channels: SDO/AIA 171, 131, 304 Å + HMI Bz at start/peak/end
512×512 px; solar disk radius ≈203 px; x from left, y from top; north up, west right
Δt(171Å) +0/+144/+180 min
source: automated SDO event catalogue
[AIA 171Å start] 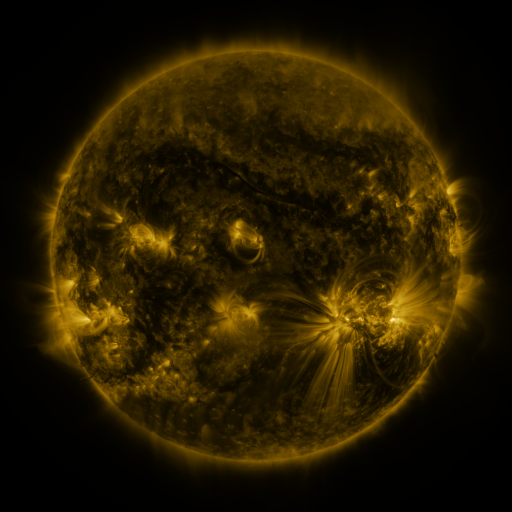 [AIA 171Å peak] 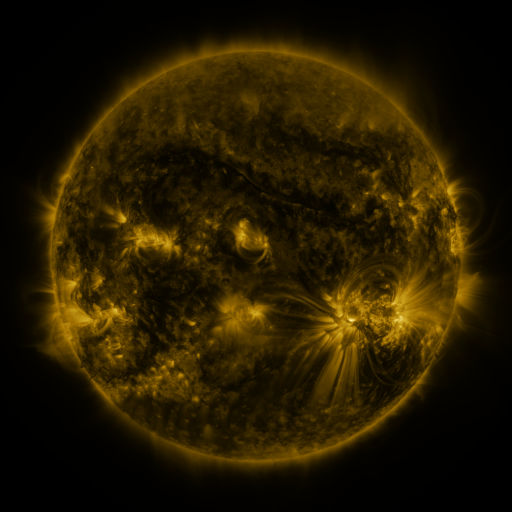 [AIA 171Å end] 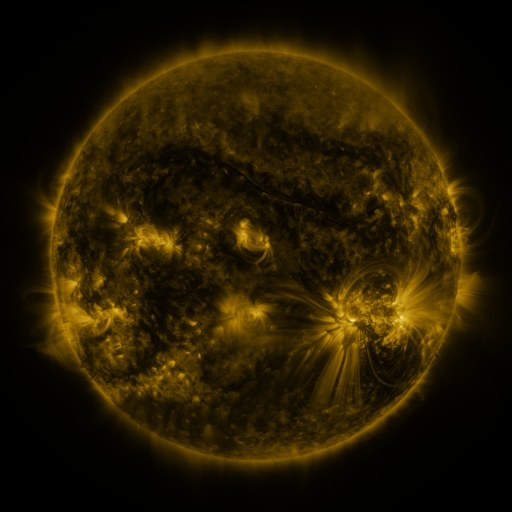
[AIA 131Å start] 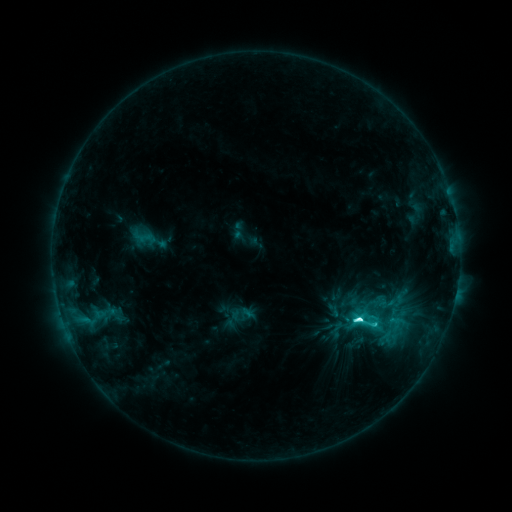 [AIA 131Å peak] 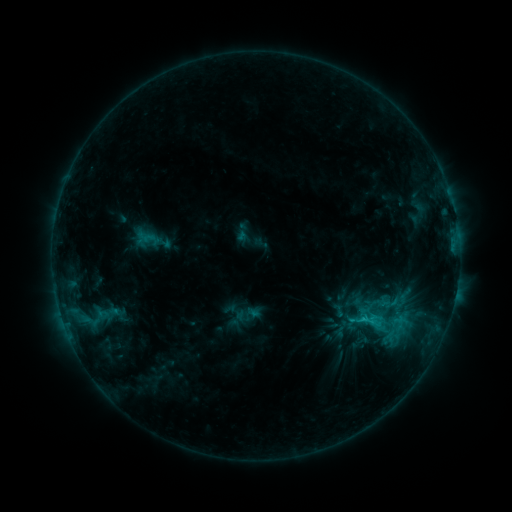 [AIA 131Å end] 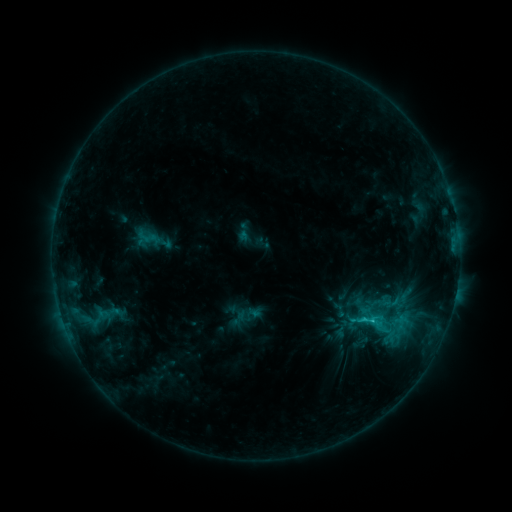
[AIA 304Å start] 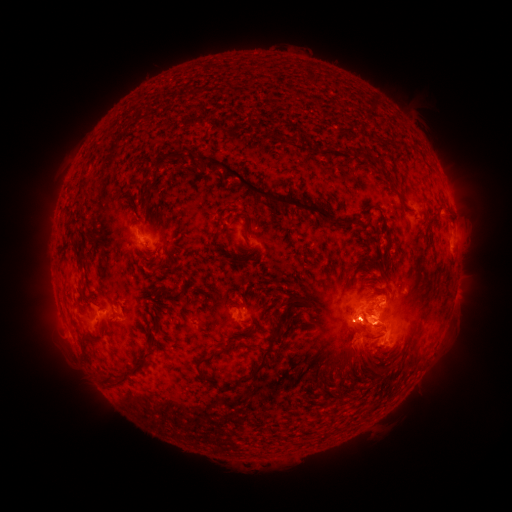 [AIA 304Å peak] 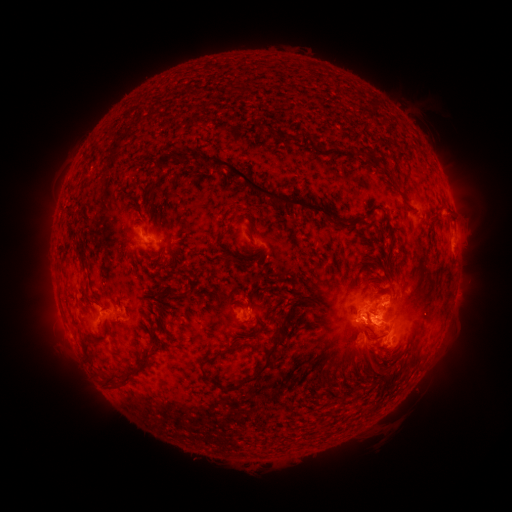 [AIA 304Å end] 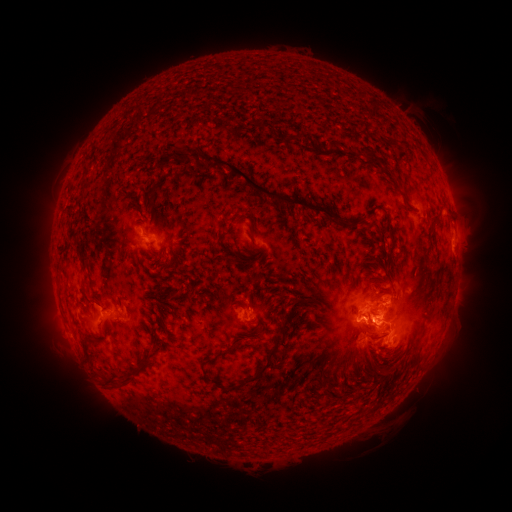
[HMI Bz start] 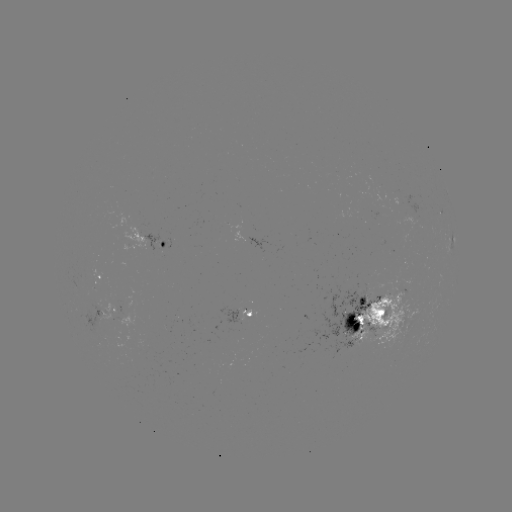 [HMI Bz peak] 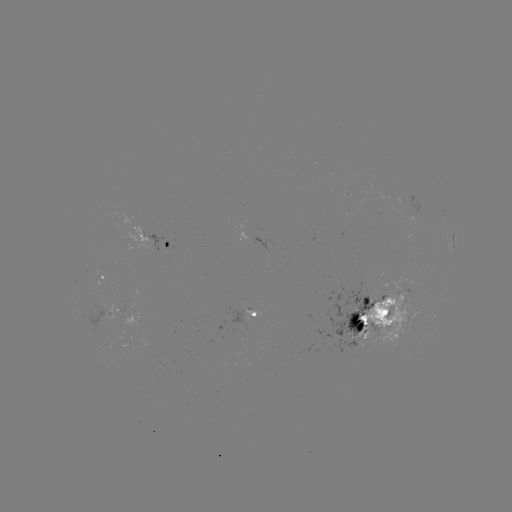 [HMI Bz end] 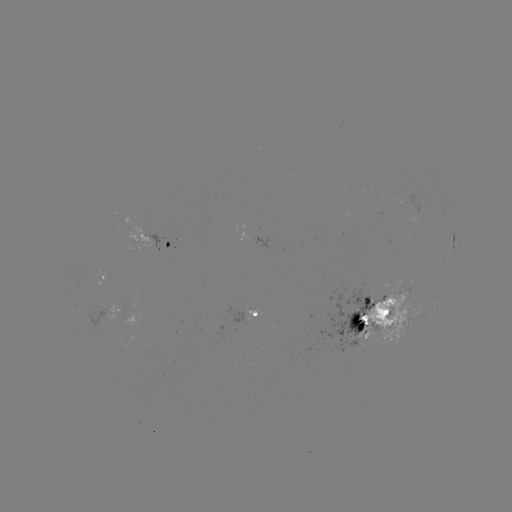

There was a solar emerging-flux region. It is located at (349, 341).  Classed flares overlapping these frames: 1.